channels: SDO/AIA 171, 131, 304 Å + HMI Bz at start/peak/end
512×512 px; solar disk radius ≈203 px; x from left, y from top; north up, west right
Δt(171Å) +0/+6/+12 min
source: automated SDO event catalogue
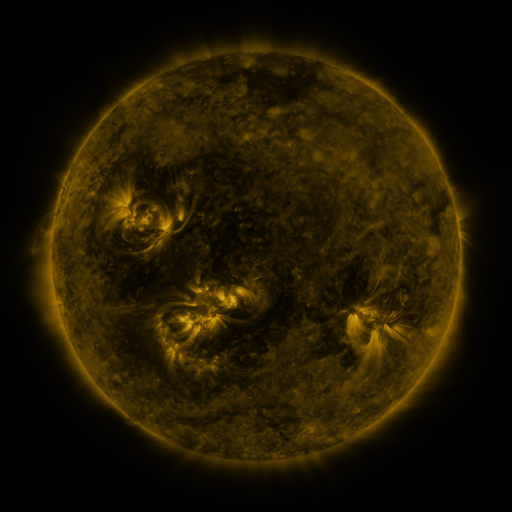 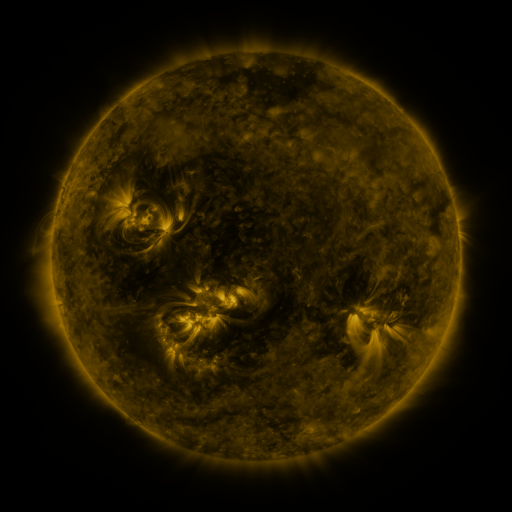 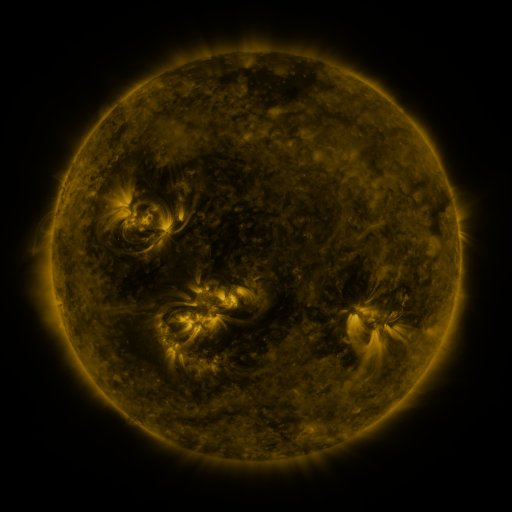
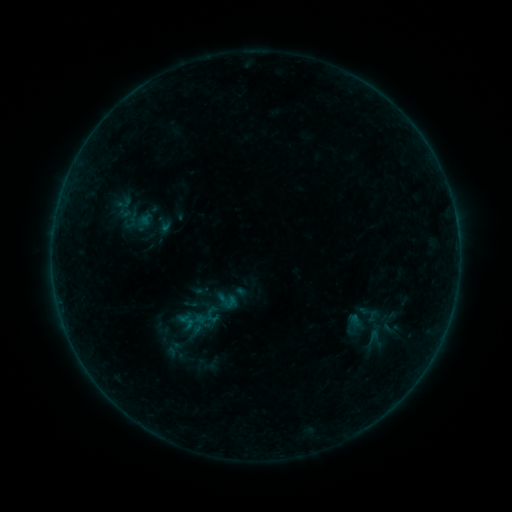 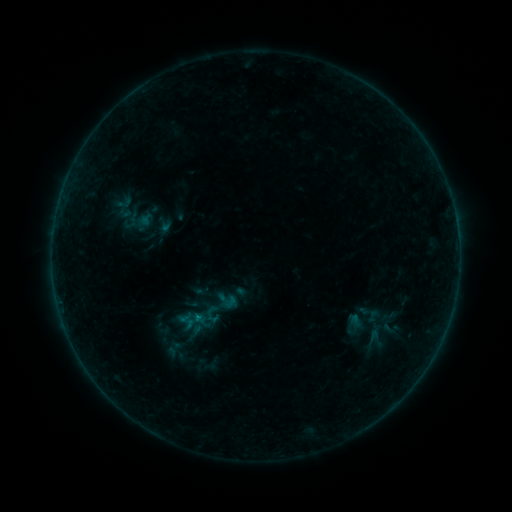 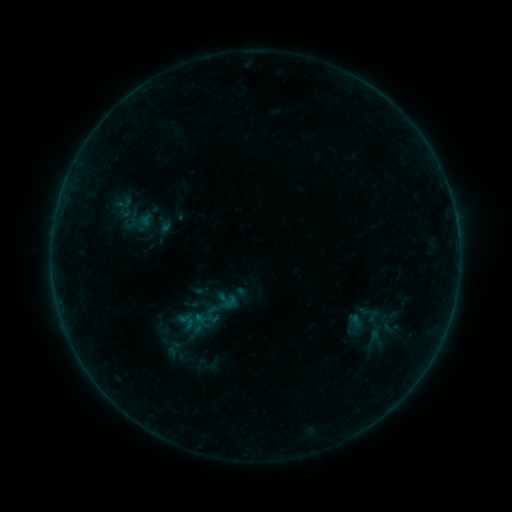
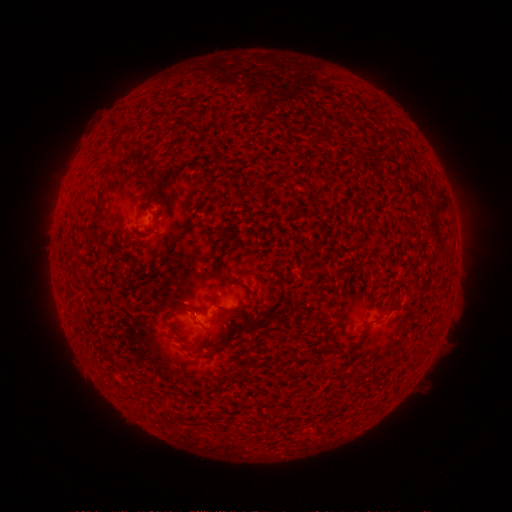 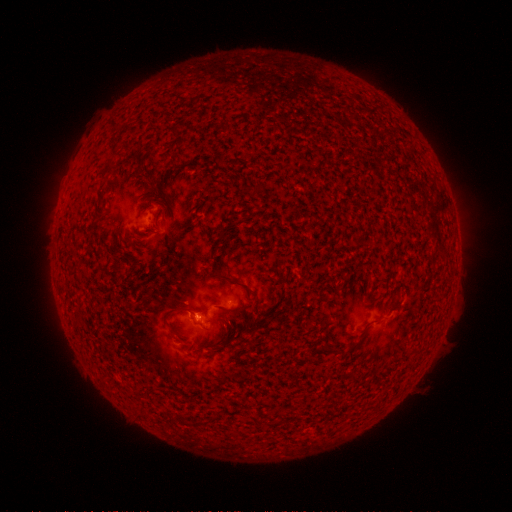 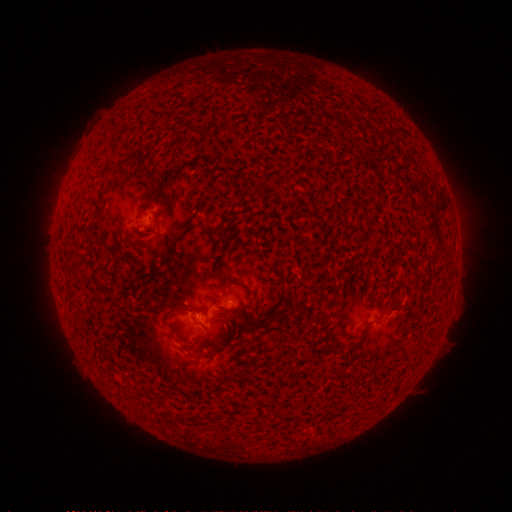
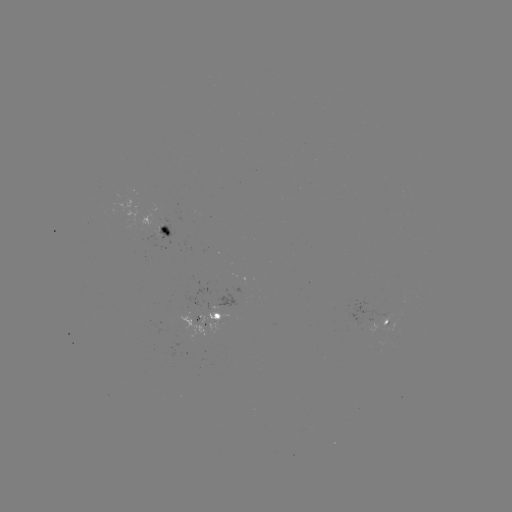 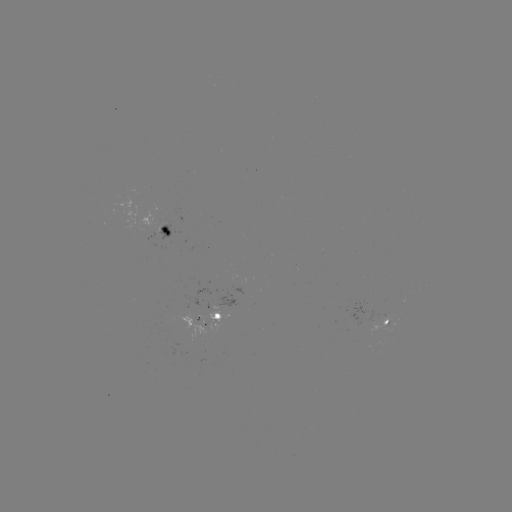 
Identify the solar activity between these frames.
B2.2 flare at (197, 313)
